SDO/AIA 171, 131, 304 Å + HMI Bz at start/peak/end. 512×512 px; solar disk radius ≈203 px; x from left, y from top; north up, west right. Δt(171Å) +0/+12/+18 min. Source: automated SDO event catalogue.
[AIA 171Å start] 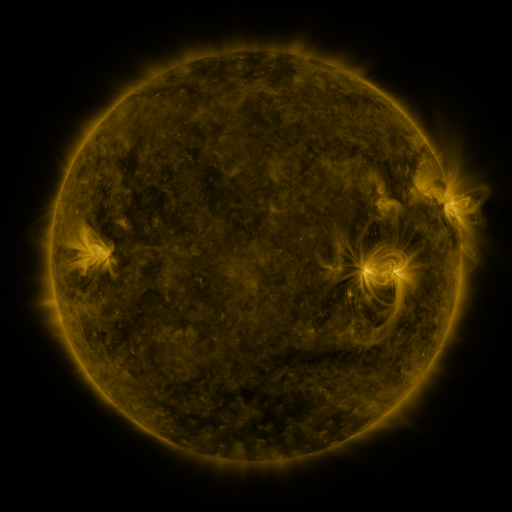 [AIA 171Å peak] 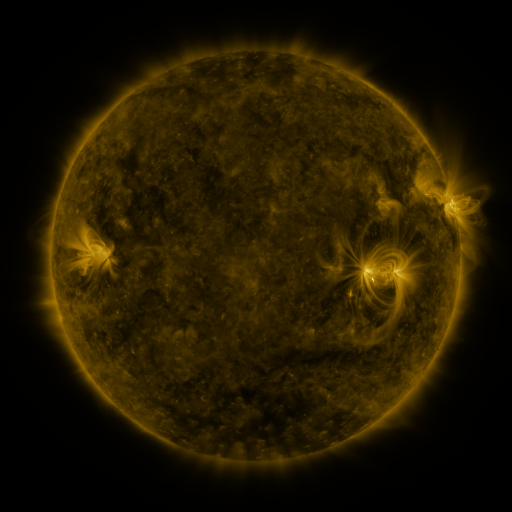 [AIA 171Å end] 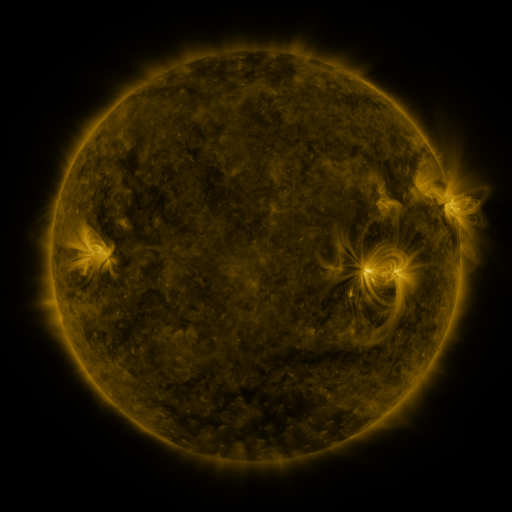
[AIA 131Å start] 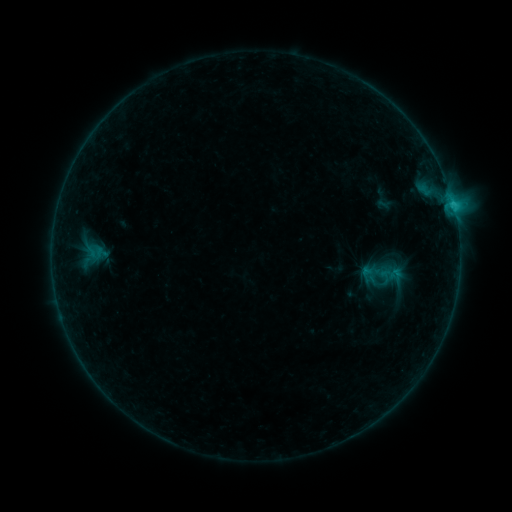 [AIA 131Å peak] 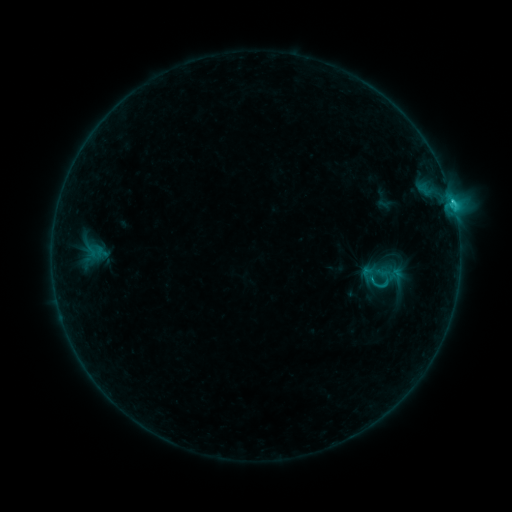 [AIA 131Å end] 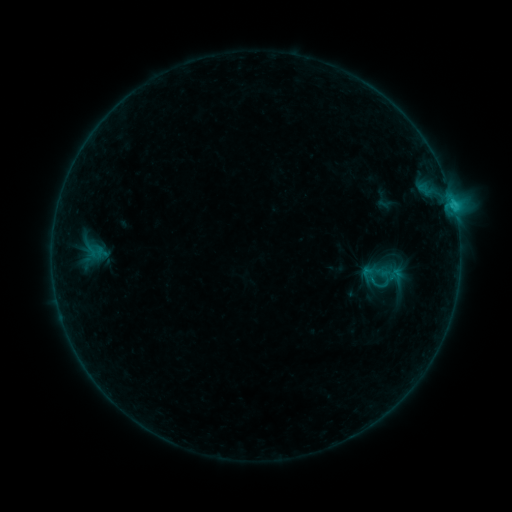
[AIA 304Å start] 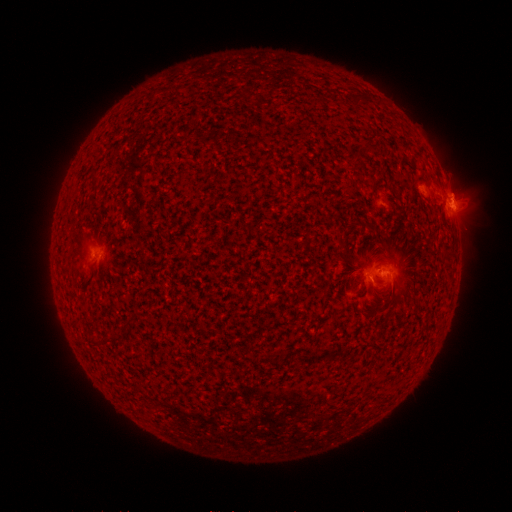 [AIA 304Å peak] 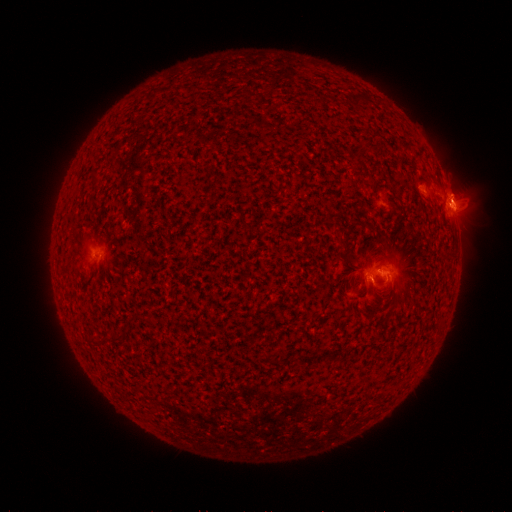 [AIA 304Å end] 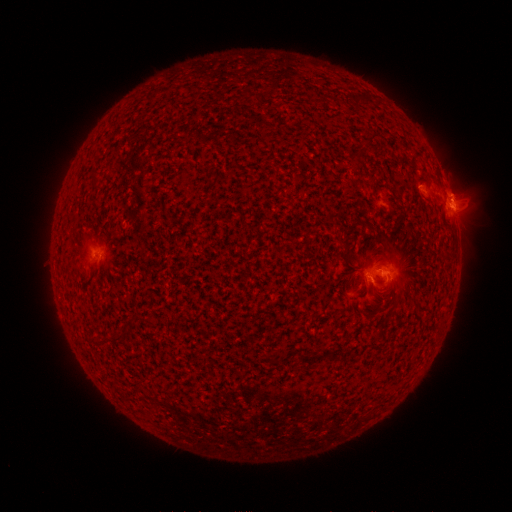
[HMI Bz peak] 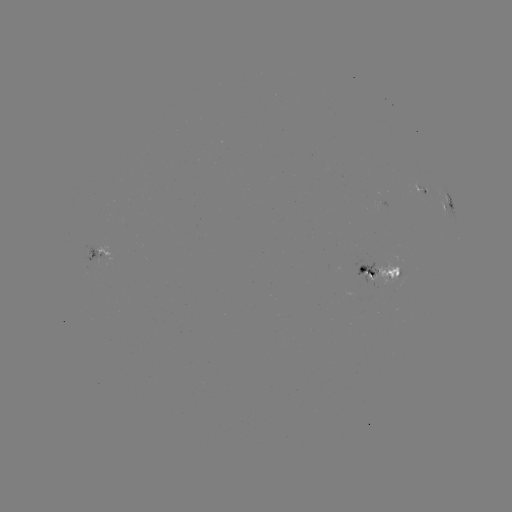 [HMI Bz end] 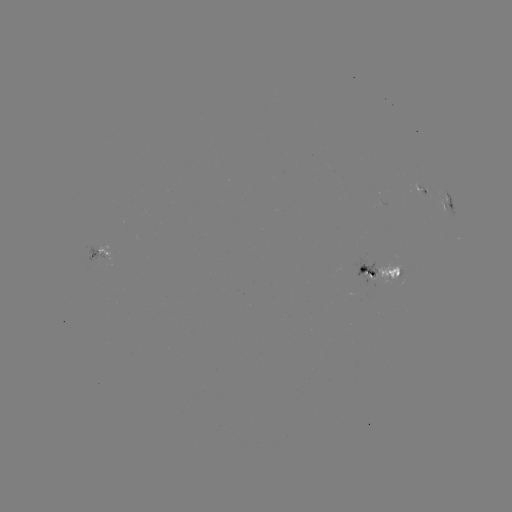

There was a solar flare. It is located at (451, 201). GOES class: C1.7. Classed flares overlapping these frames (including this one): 1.